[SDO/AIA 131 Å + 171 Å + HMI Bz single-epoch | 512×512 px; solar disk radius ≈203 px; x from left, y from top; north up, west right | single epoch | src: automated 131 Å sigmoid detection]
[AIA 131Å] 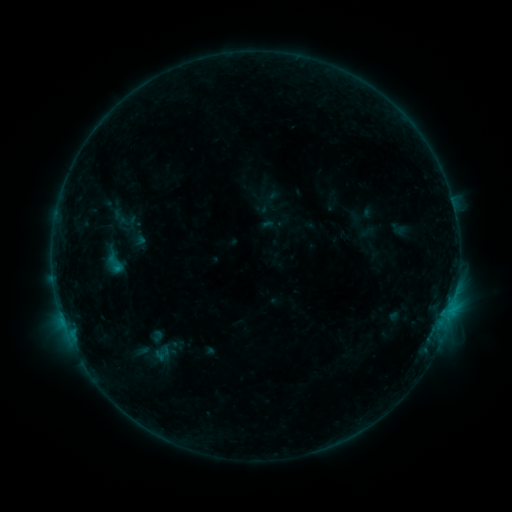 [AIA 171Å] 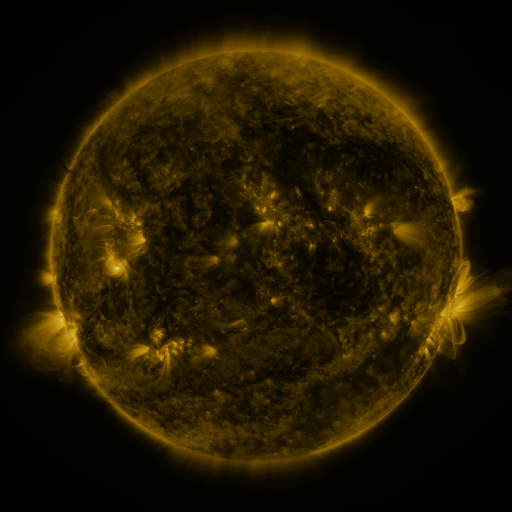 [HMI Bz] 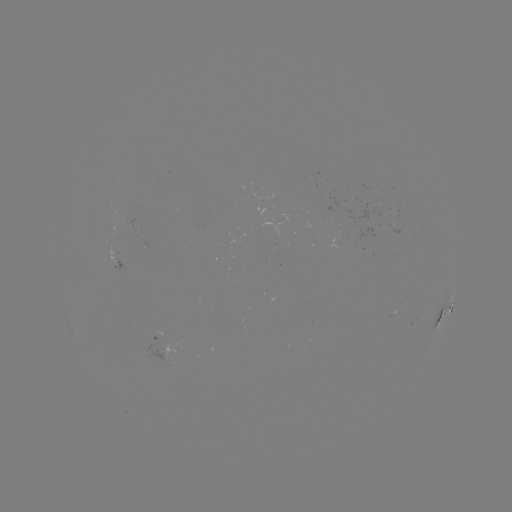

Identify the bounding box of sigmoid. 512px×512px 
[105, 251, 126, 277].